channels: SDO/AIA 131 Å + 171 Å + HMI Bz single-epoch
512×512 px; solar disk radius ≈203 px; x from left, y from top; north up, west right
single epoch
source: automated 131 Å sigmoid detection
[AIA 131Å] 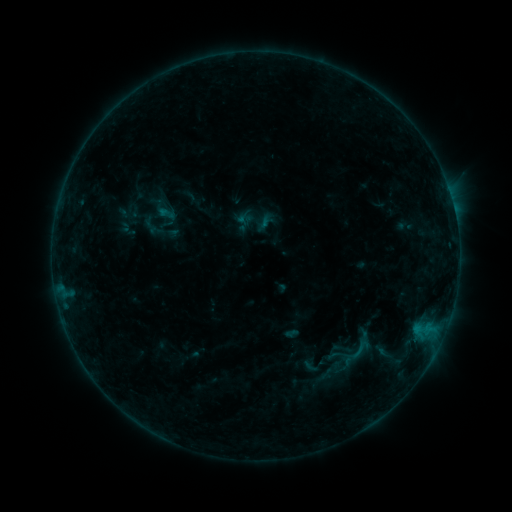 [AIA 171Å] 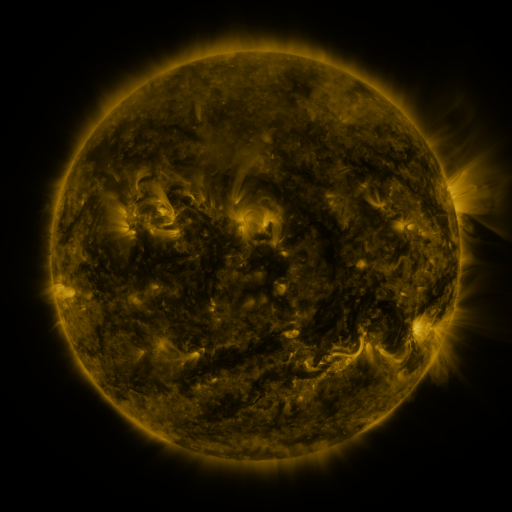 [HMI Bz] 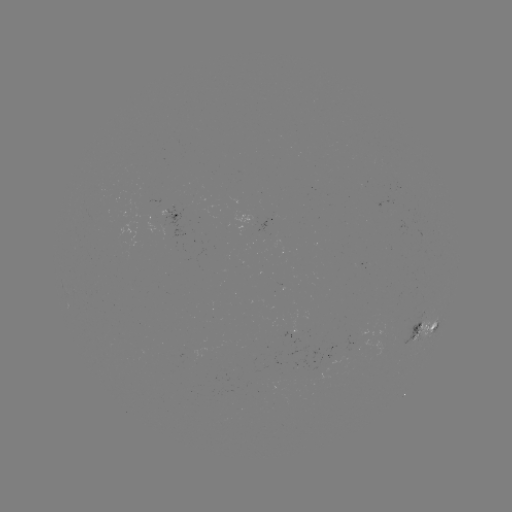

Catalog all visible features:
sigmoid: (150, 225)
sigmoid: (361, 349)
